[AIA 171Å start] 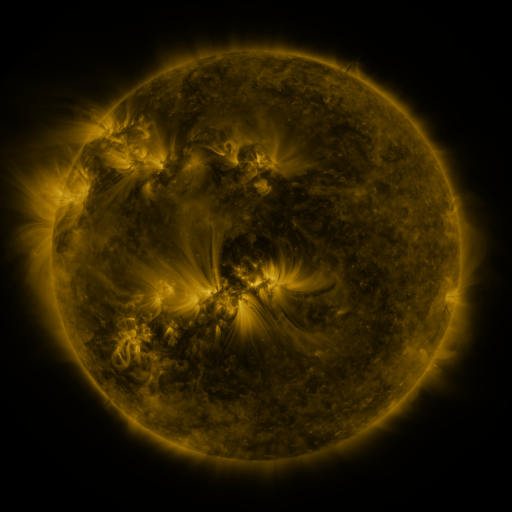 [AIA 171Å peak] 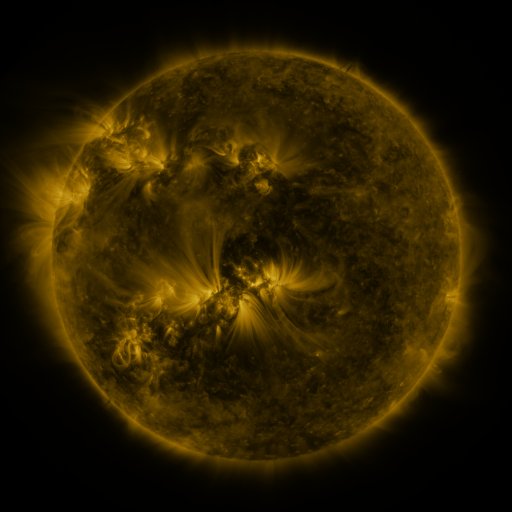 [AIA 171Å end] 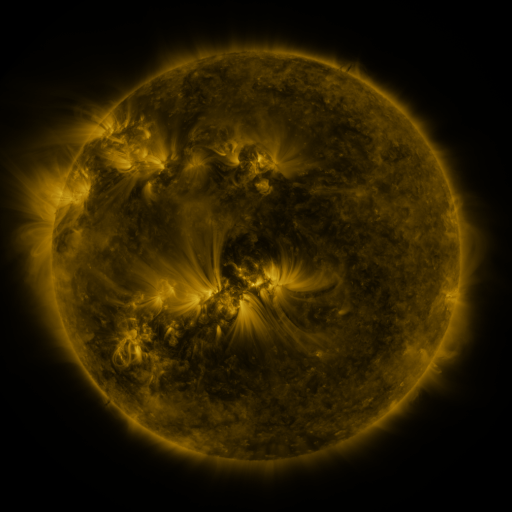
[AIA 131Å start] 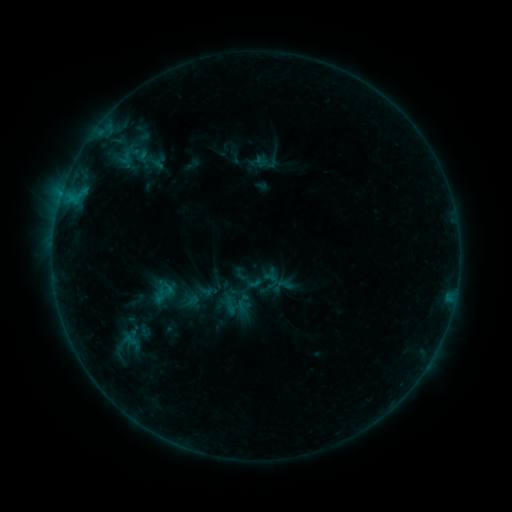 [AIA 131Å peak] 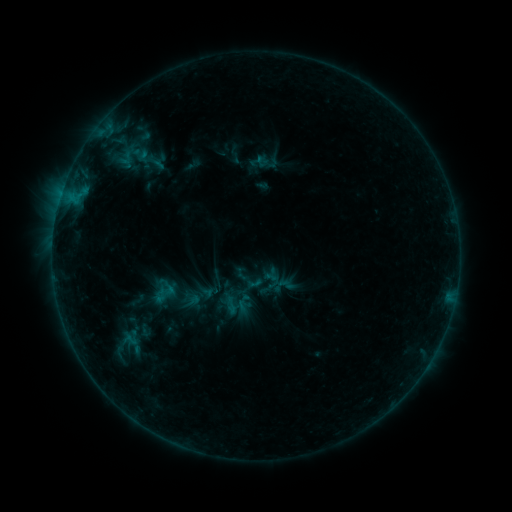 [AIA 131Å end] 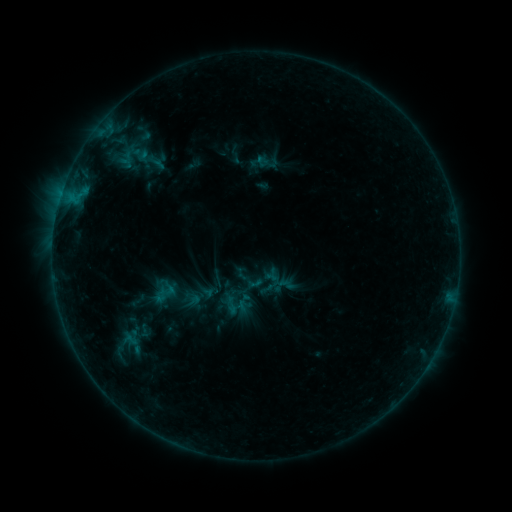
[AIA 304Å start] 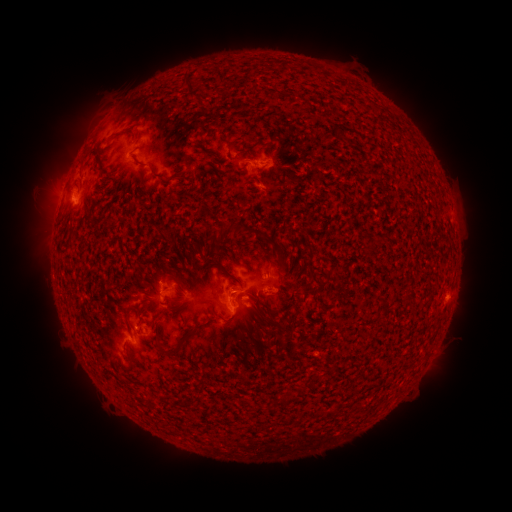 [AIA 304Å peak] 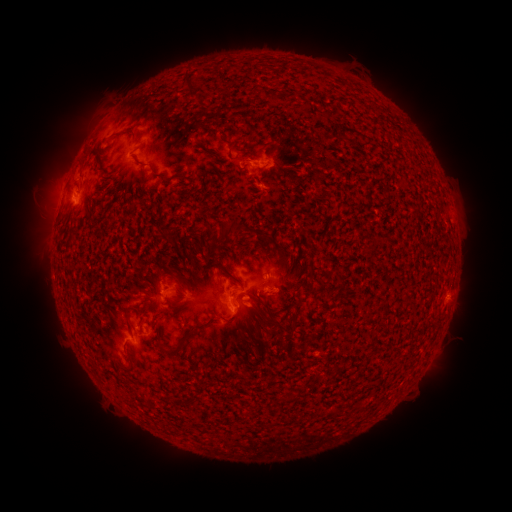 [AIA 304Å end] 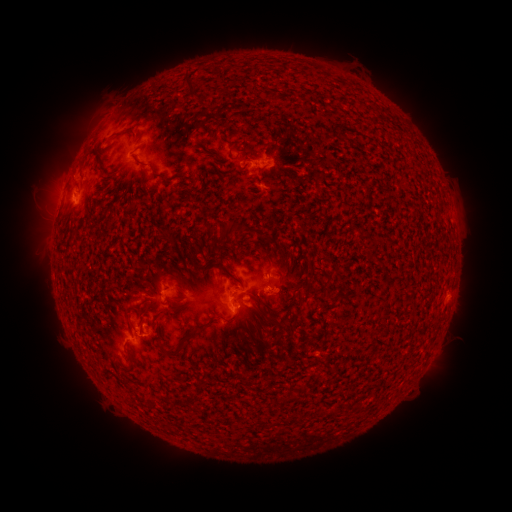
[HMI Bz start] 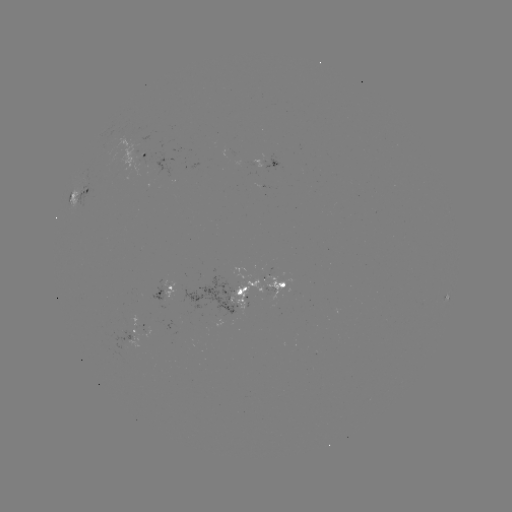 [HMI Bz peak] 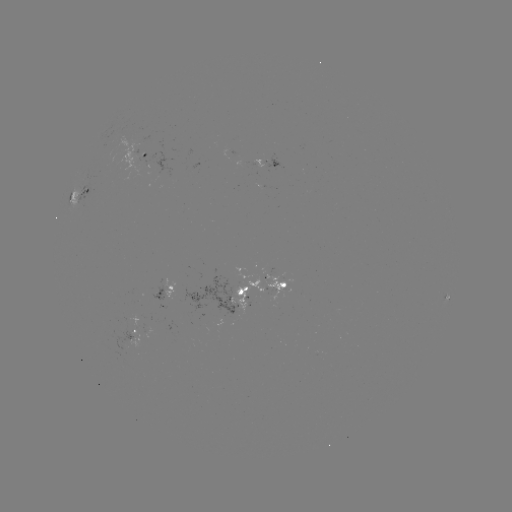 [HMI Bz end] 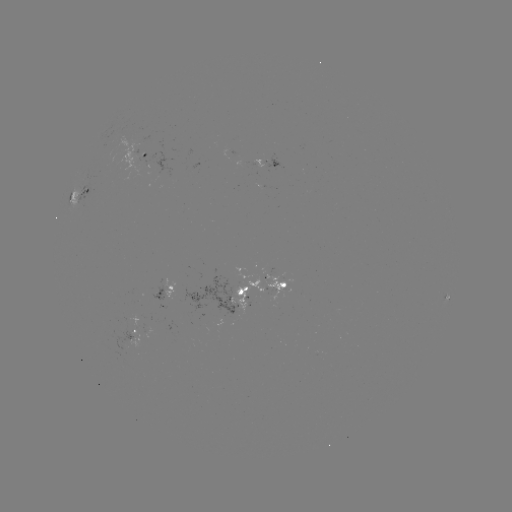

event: emerging-flux region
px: (256, 163)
